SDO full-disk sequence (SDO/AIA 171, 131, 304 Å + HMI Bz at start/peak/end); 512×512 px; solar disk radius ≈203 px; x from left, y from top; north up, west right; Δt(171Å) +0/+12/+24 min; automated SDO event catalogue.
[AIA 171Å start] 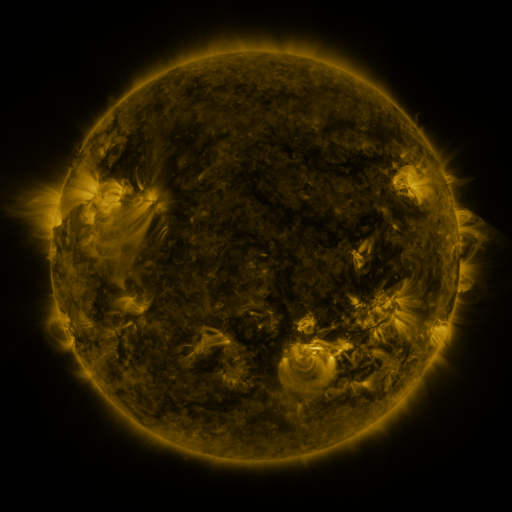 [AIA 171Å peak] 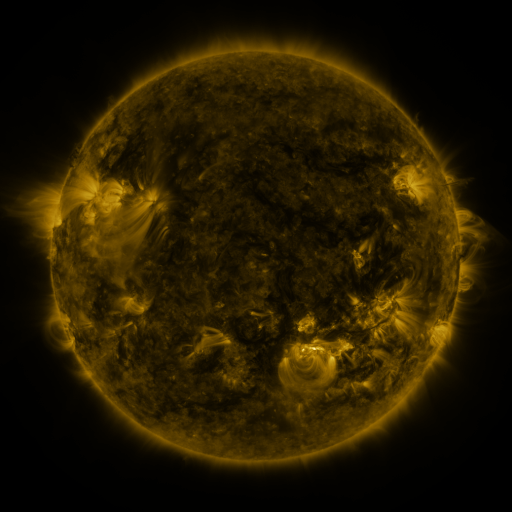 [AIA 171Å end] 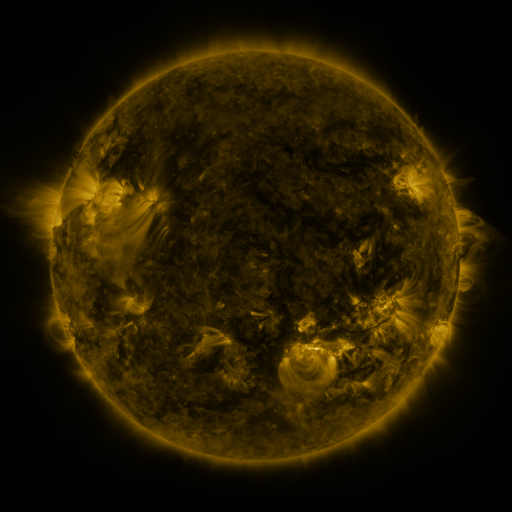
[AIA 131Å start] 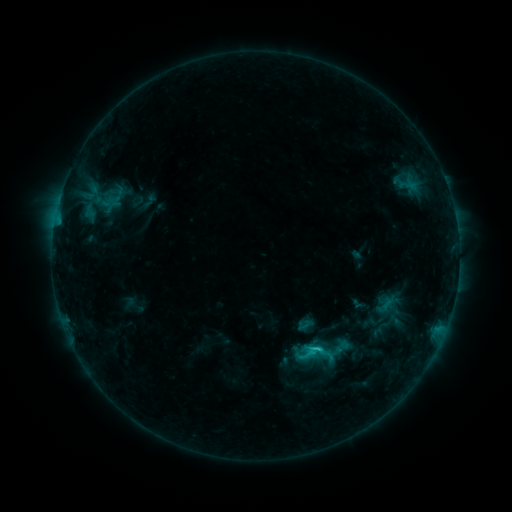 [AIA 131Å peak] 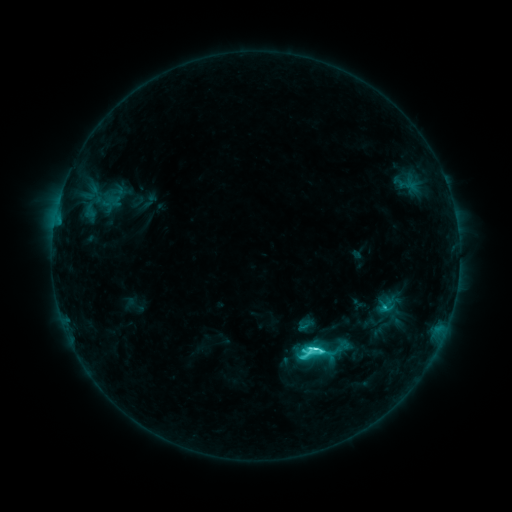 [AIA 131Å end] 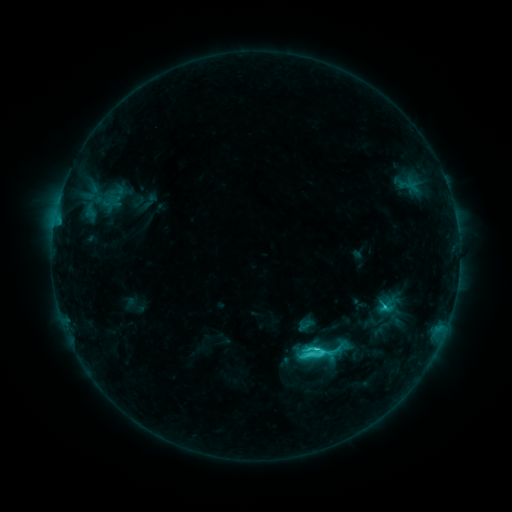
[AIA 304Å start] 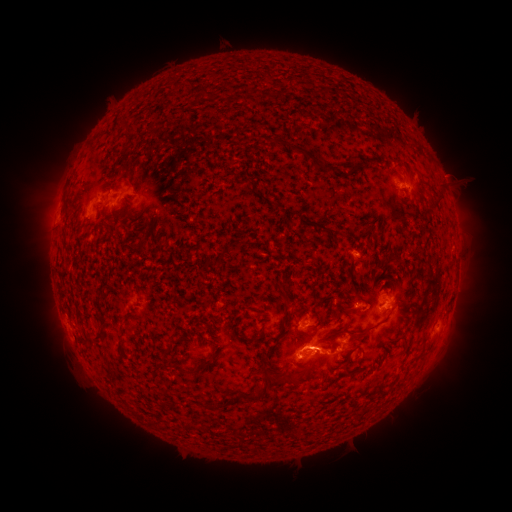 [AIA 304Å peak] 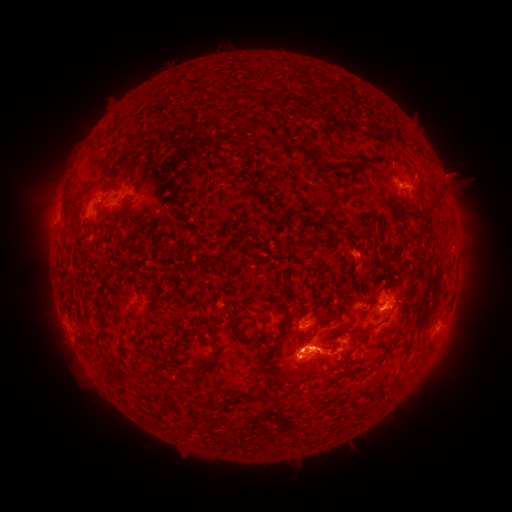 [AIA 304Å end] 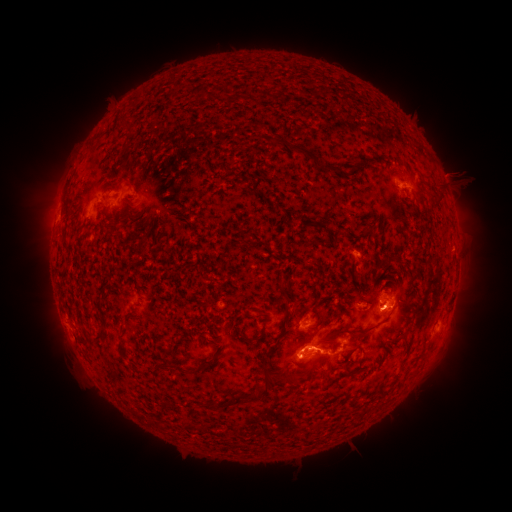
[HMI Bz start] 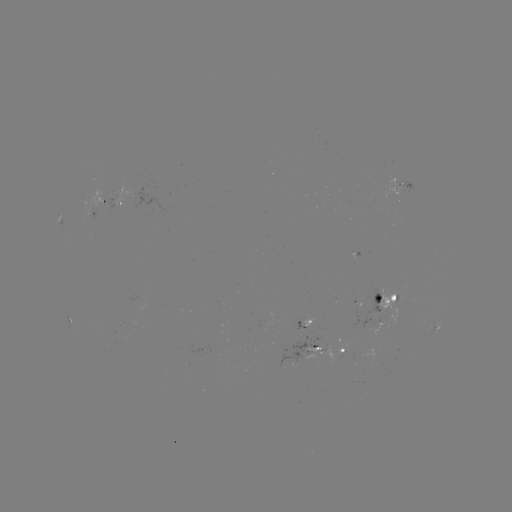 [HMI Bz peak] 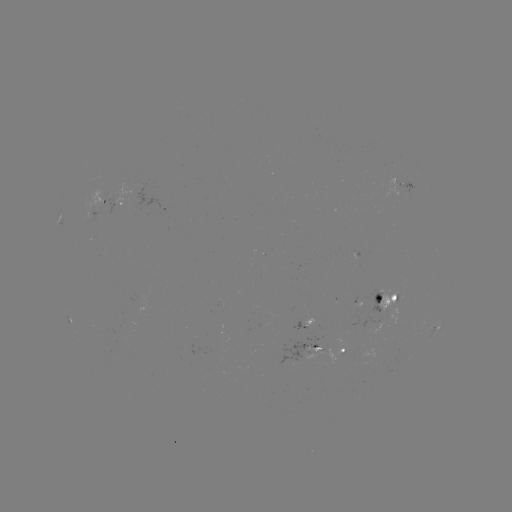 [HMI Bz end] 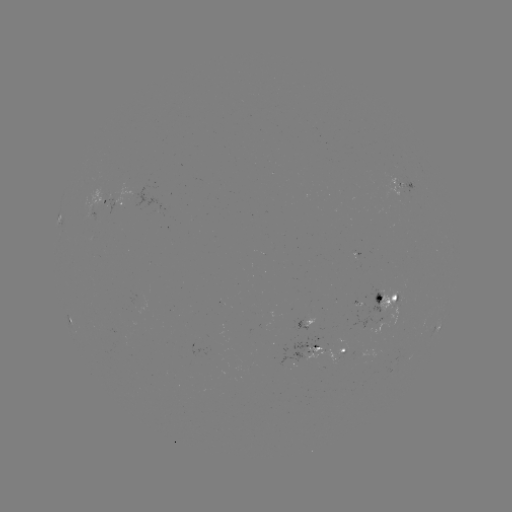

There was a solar flare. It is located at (314, 350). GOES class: C6.5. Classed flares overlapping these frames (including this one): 1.